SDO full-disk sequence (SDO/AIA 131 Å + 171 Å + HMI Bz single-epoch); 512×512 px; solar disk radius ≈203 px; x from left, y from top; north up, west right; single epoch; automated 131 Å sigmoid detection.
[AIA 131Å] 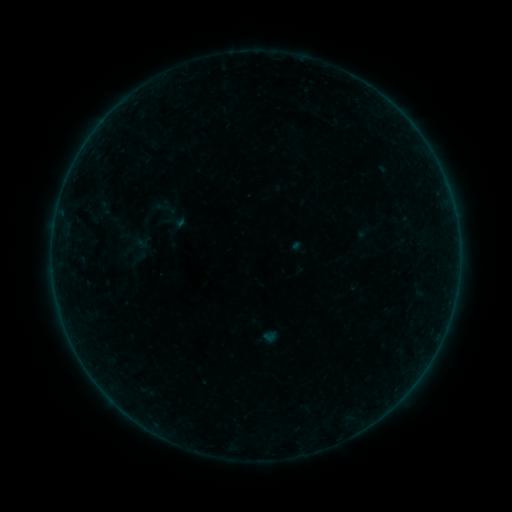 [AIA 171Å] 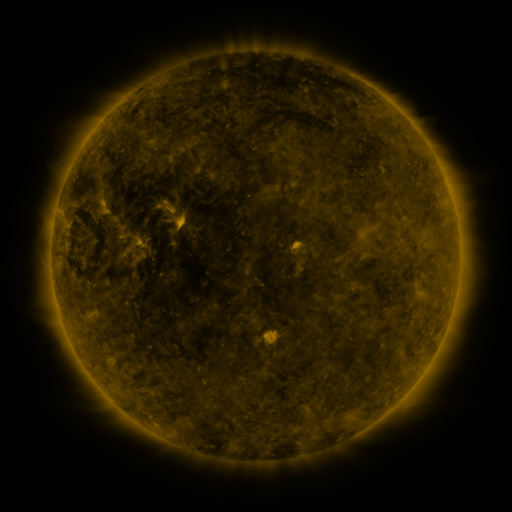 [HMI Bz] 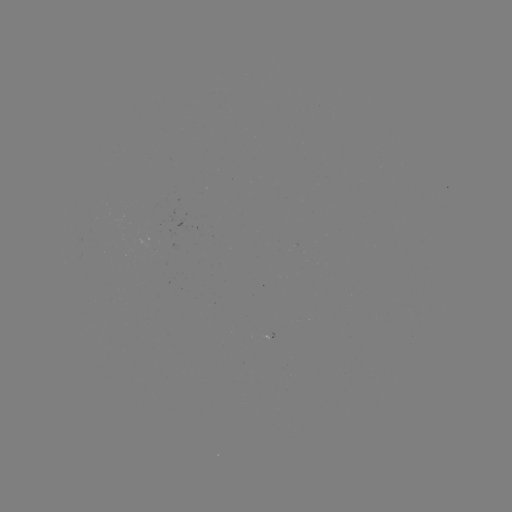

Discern sigmoid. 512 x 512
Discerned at (143, 242).